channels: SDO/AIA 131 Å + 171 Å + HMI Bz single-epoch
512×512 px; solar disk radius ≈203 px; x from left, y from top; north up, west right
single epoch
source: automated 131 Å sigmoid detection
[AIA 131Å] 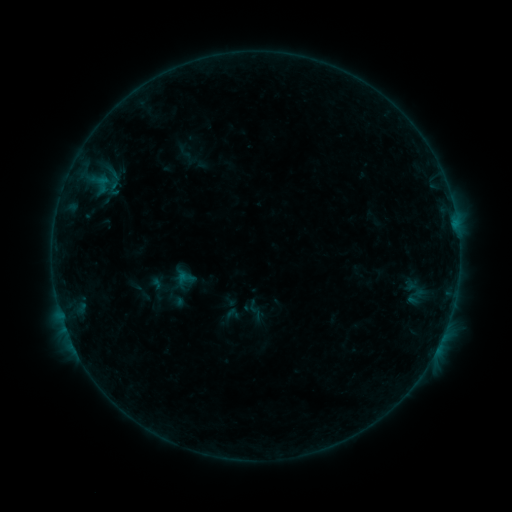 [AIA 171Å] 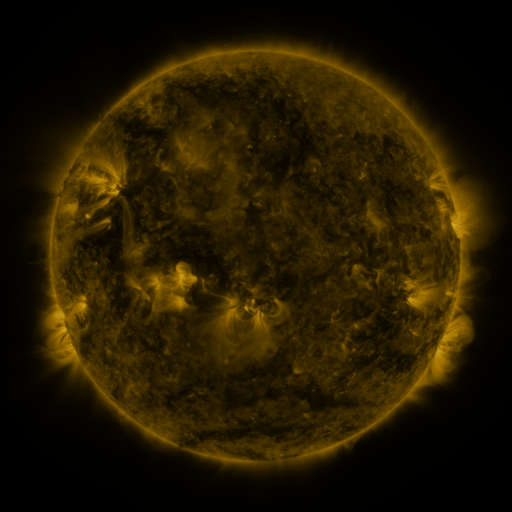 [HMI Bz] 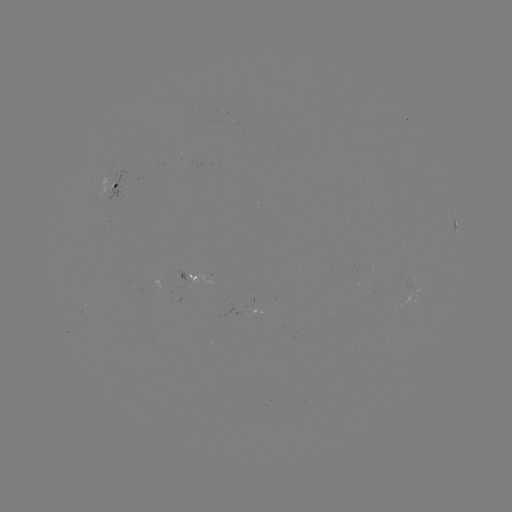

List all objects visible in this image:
sigmoid: (187, 277)
sigmoid: (255, 309)
